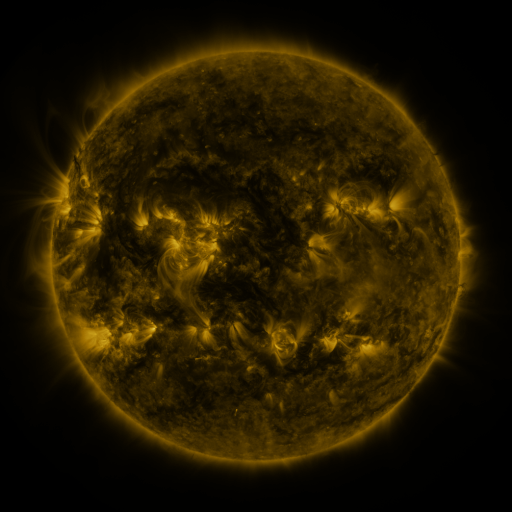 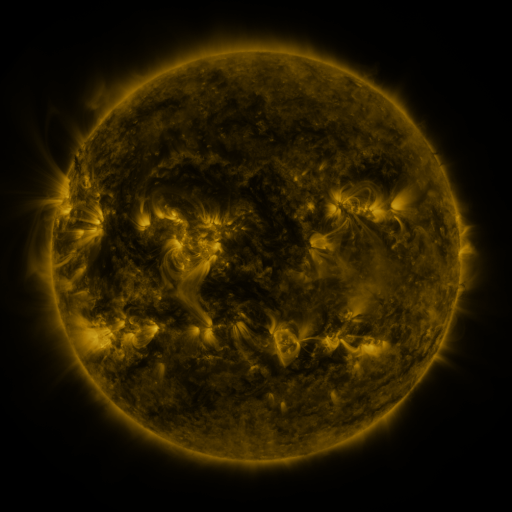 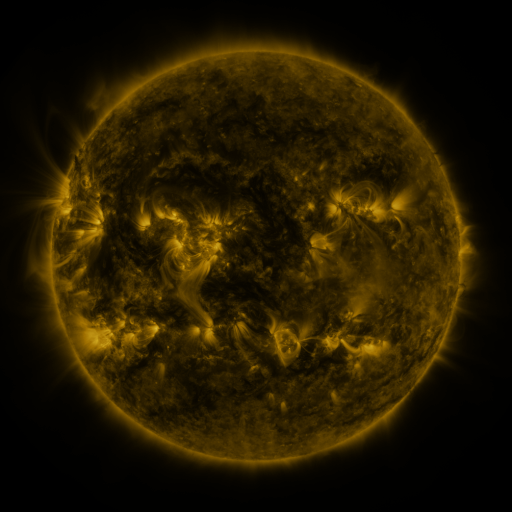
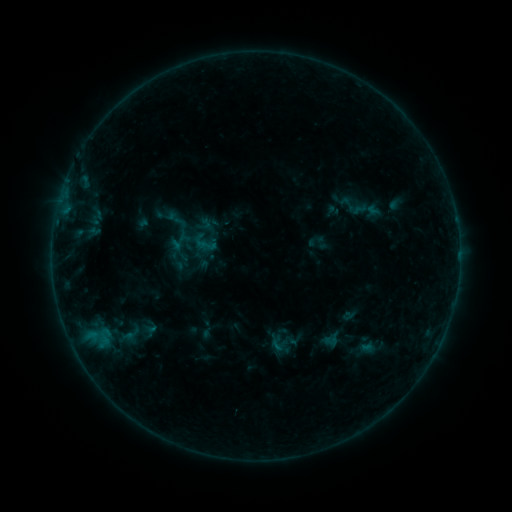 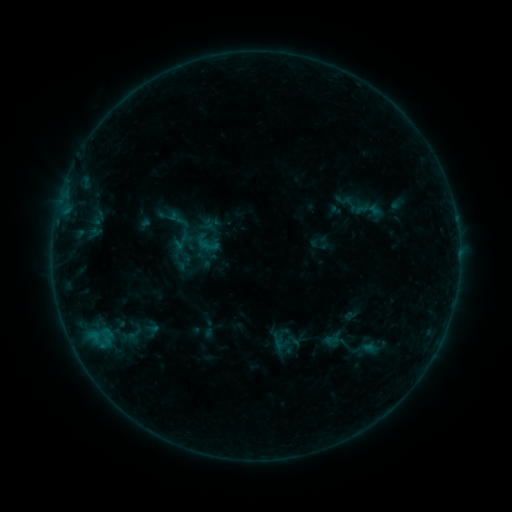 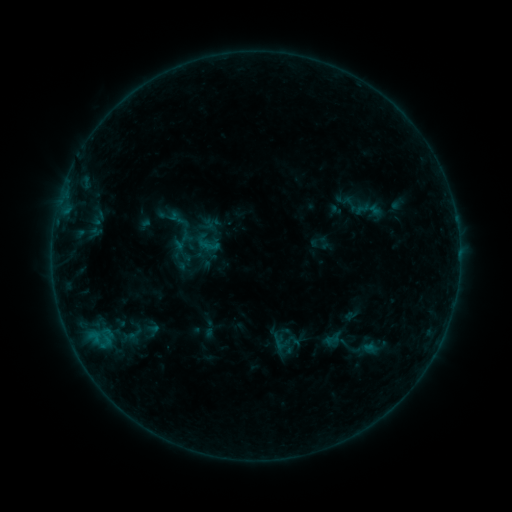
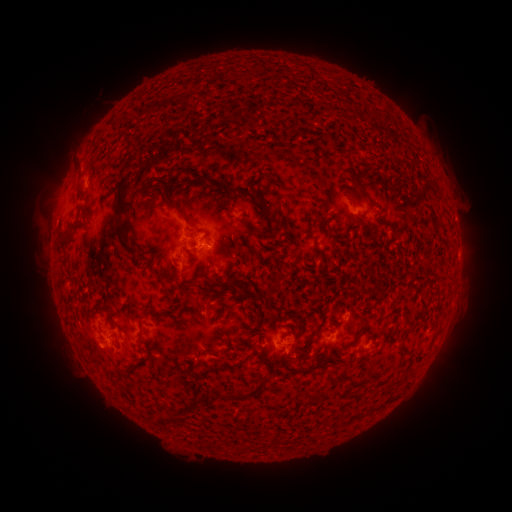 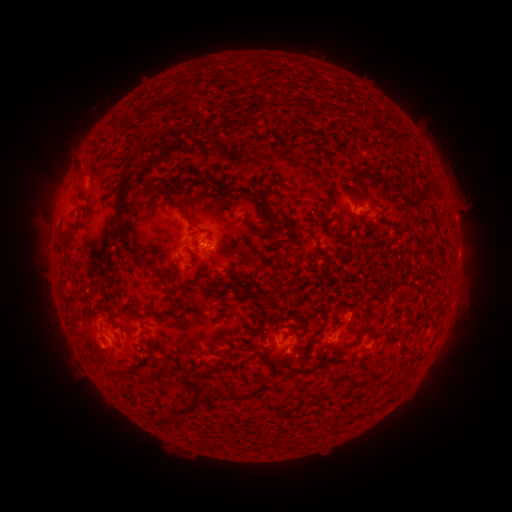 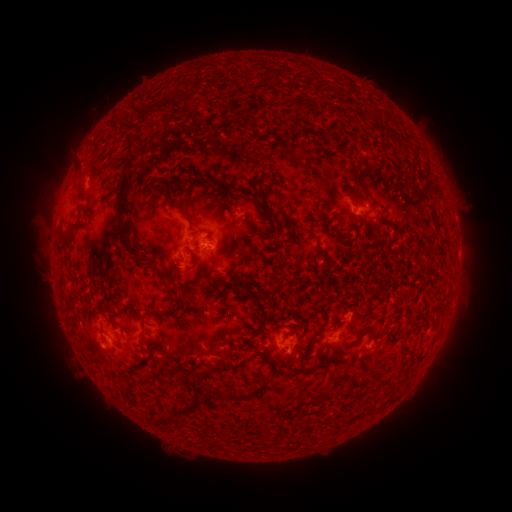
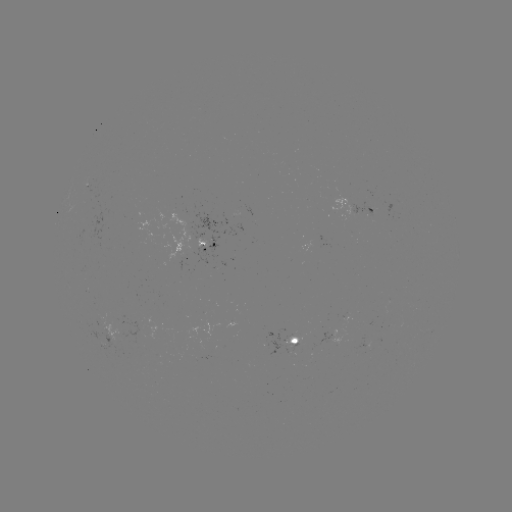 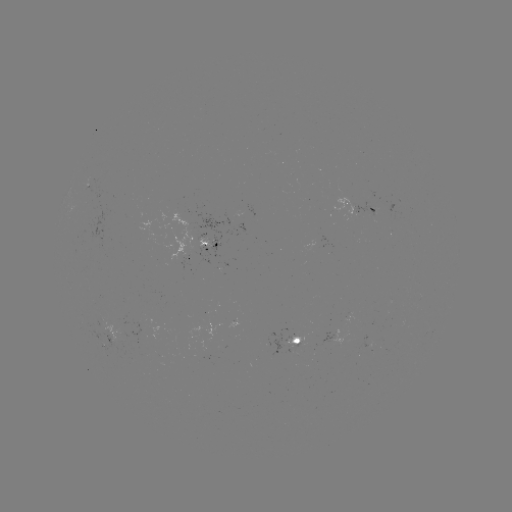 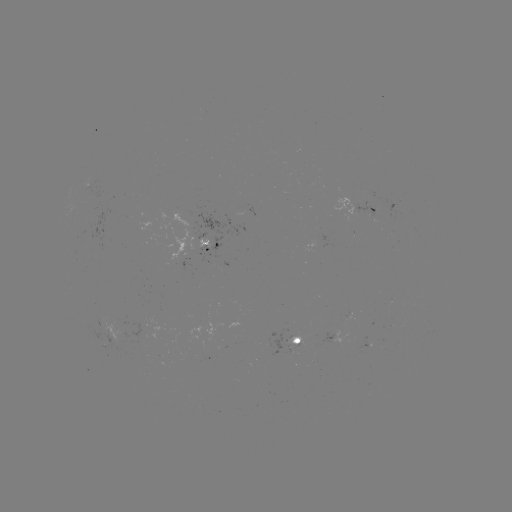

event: emerging-flux region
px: (291, 340)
